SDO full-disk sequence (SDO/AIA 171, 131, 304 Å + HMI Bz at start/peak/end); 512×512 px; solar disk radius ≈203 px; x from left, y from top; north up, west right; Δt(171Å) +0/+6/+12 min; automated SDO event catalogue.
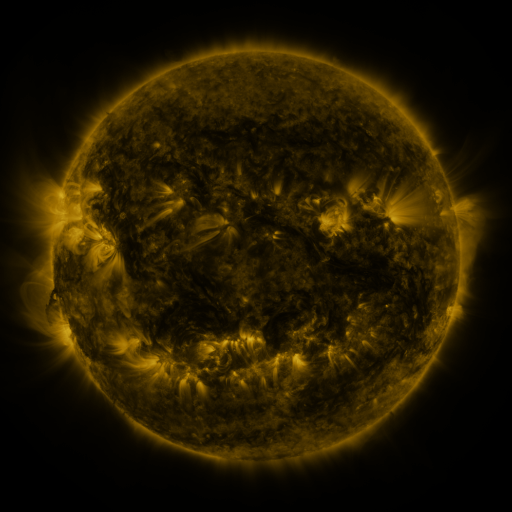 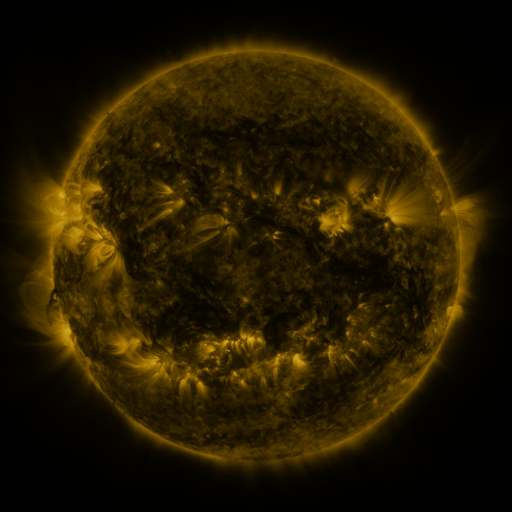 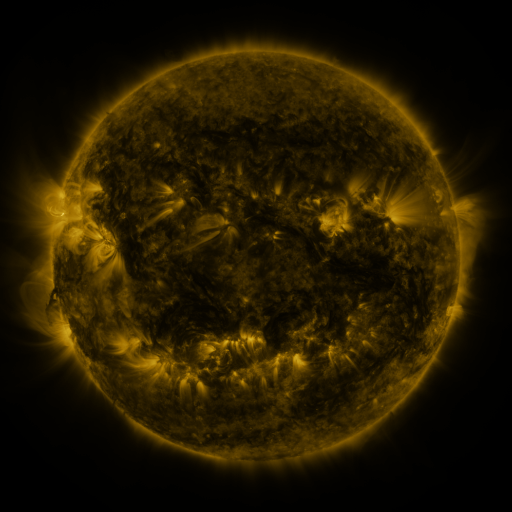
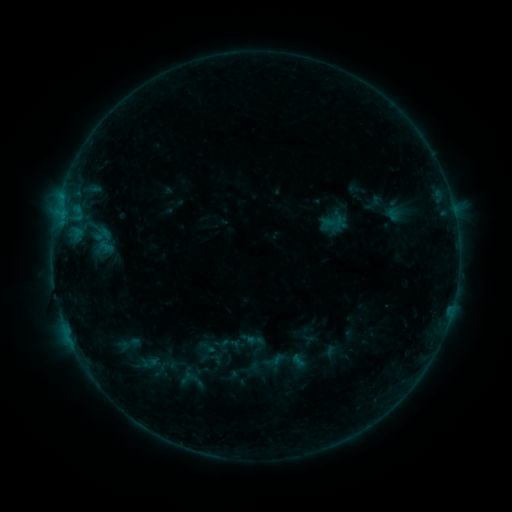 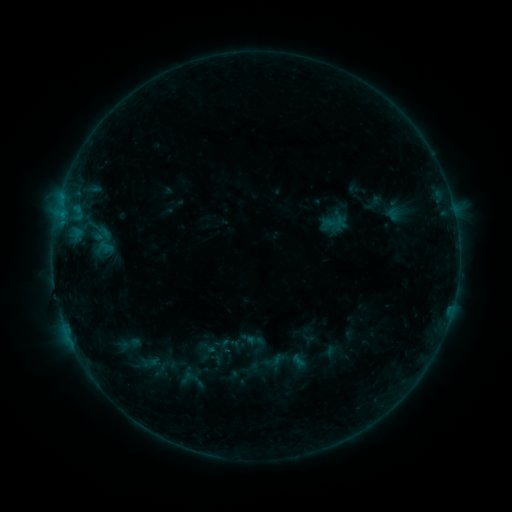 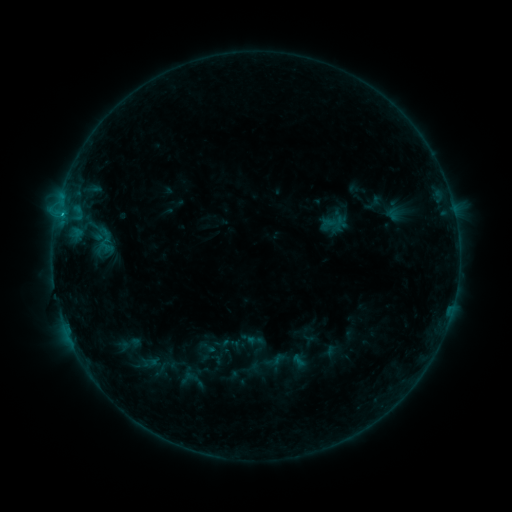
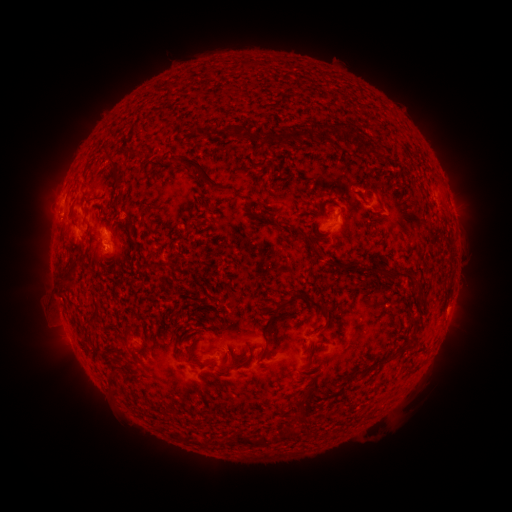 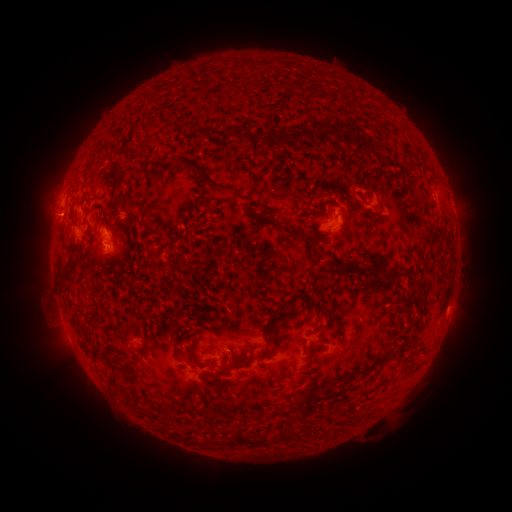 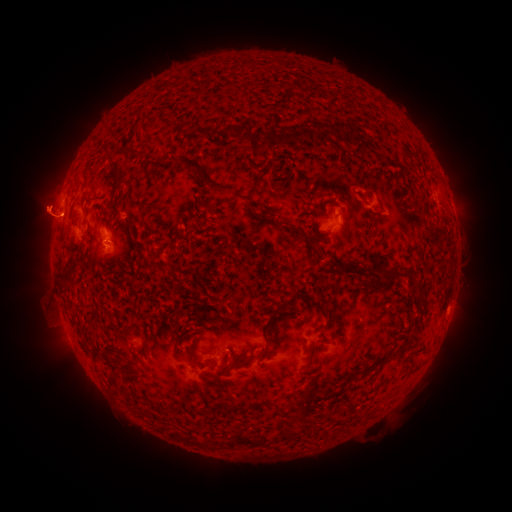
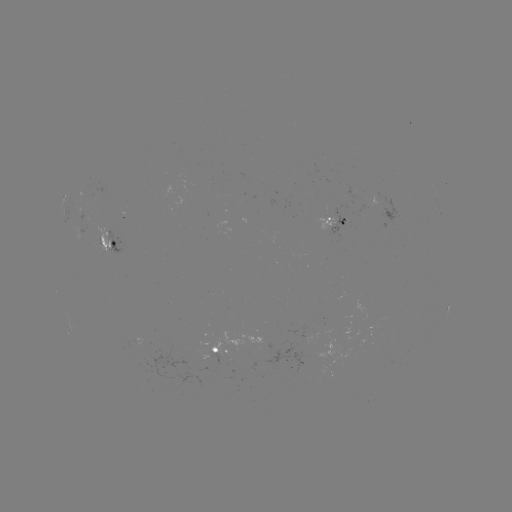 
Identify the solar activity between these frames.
B4.8 flare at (62, 215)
